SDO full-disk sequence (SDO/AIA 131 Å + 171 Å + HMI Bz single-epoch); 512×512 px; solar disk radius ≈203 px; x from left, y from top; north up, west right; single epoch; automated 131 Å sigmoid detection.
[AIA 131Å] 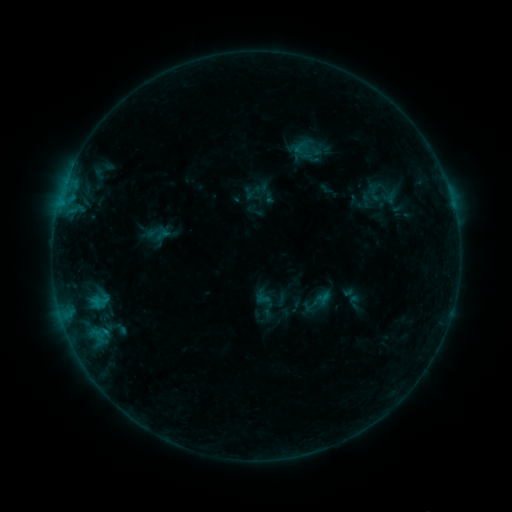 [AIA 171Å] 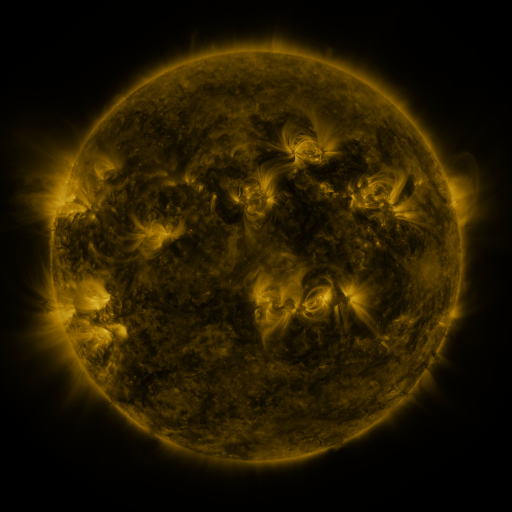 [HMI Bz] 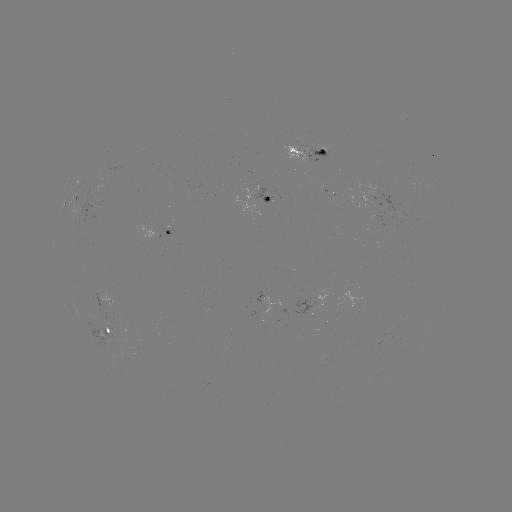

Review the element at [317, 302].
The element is sigmoid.